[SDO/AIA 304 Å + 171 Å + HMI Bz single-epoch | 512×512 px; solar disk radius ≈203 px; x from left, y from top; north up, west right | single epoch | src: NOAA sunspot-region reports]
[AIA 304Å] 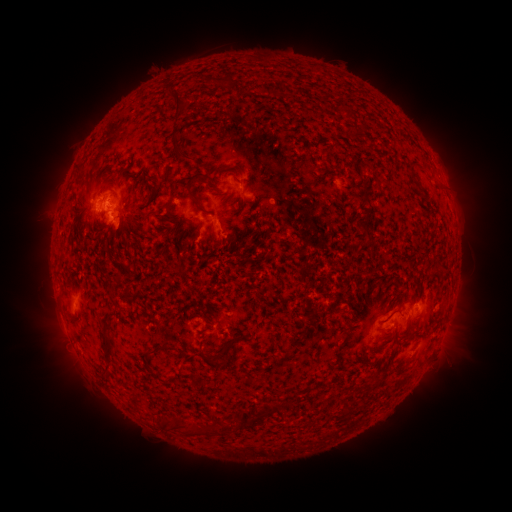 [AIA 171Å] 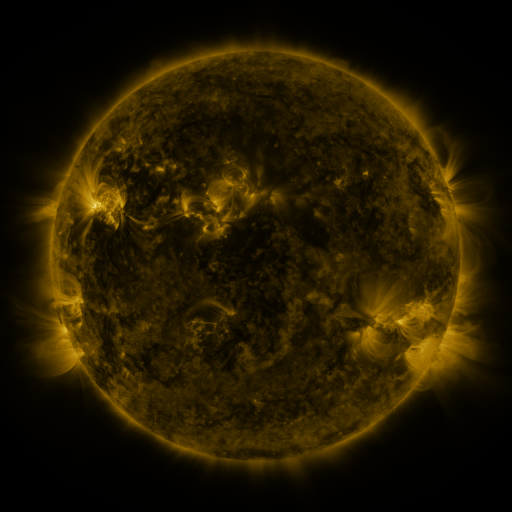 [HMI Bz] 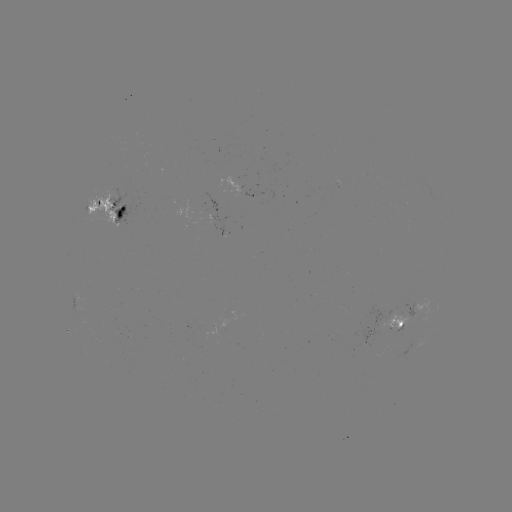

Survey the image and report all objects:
spotted active region: (245, 198)
spotted active region: (106, 212)
spotted active region: (420, 302)
spotted active region: (403, 314)
